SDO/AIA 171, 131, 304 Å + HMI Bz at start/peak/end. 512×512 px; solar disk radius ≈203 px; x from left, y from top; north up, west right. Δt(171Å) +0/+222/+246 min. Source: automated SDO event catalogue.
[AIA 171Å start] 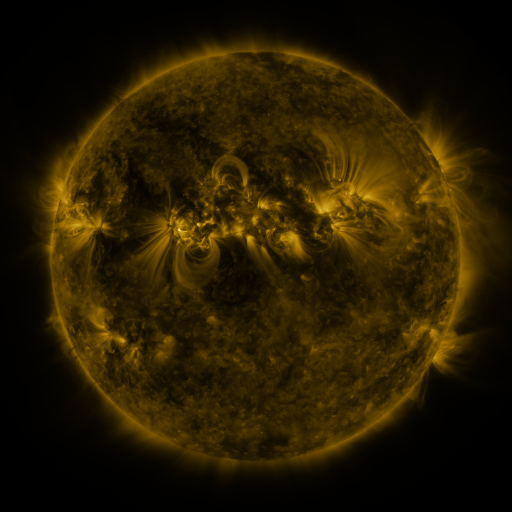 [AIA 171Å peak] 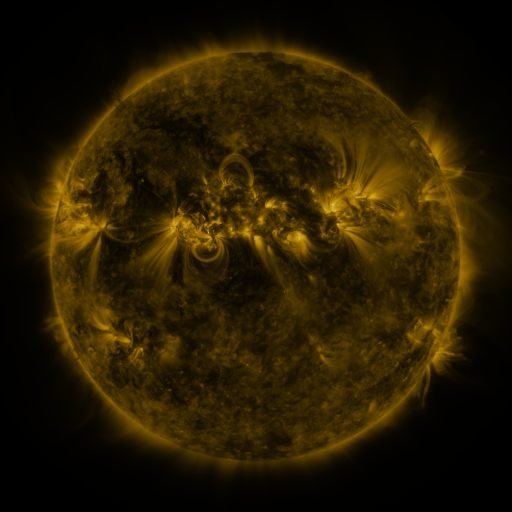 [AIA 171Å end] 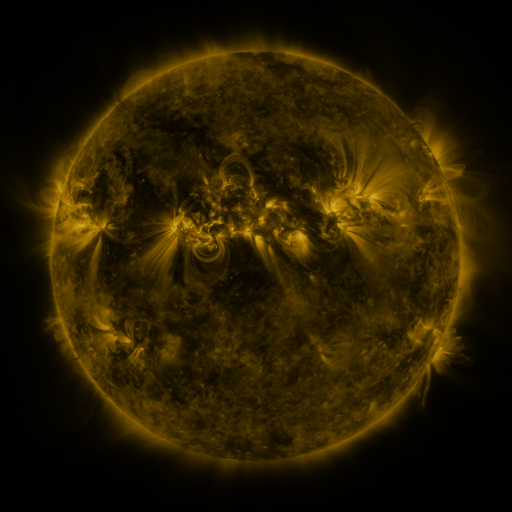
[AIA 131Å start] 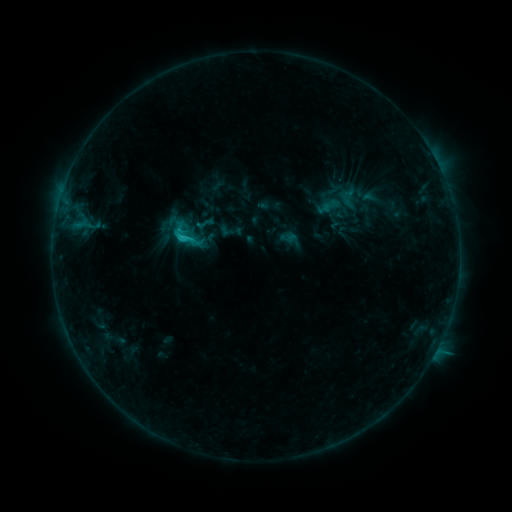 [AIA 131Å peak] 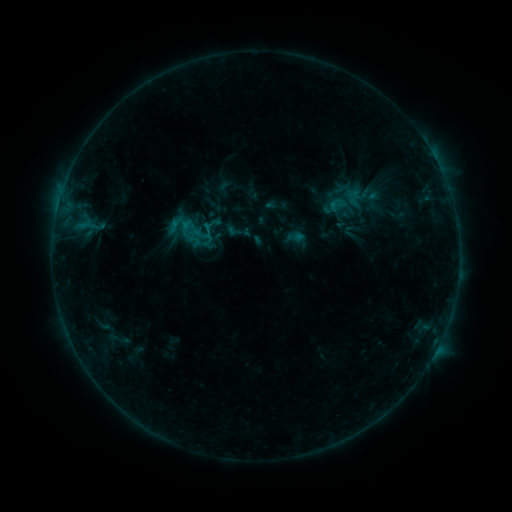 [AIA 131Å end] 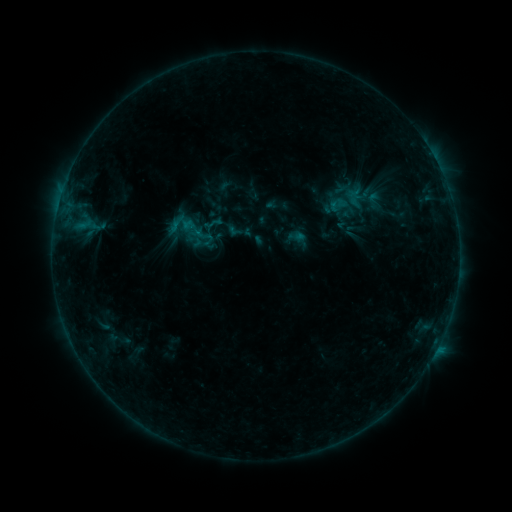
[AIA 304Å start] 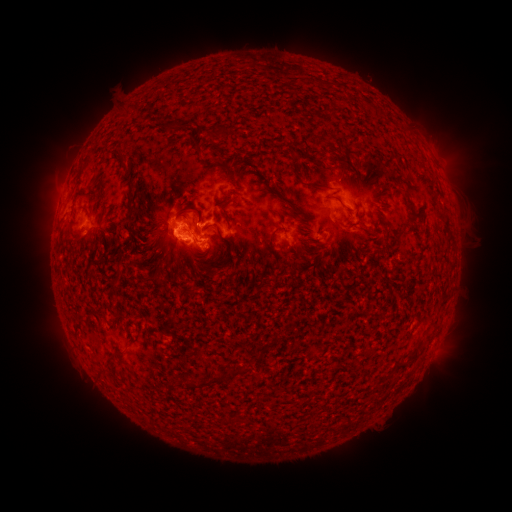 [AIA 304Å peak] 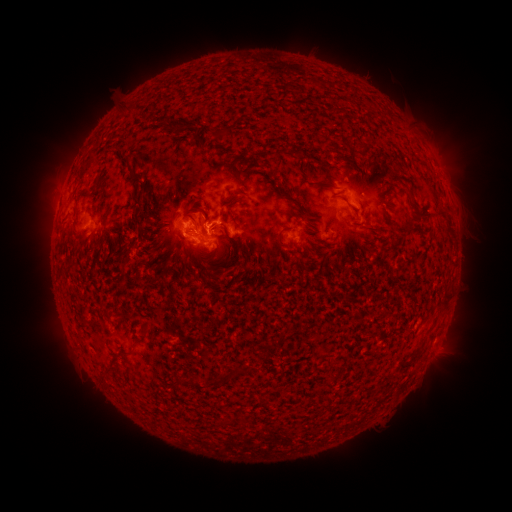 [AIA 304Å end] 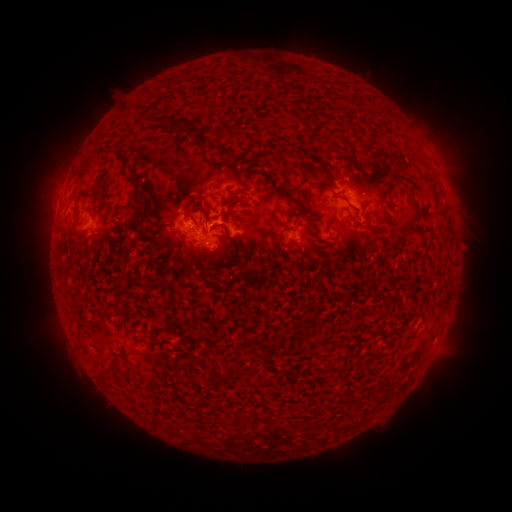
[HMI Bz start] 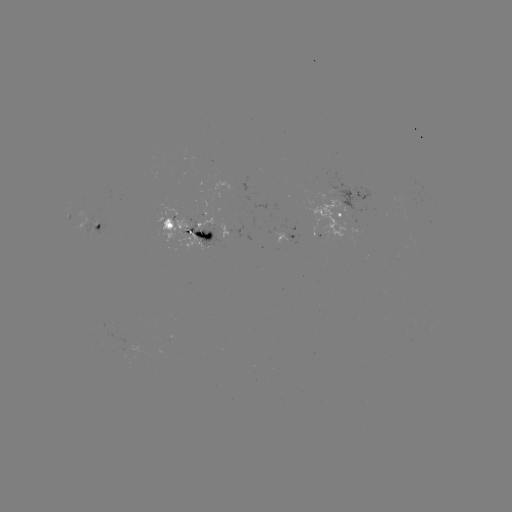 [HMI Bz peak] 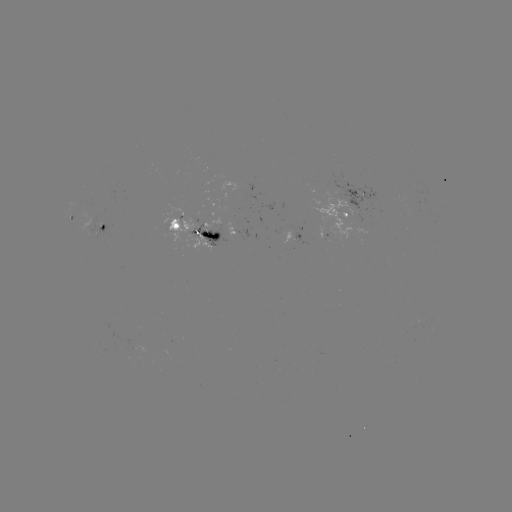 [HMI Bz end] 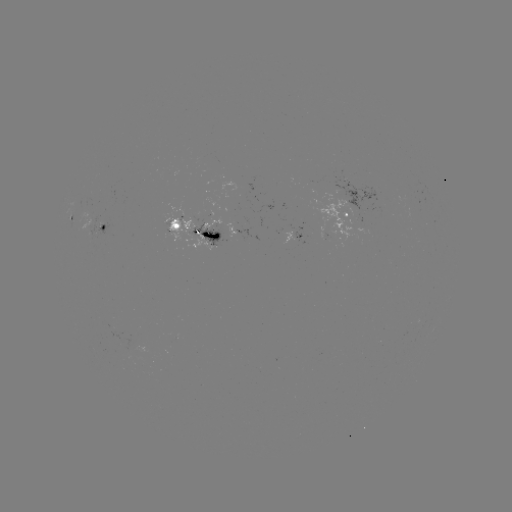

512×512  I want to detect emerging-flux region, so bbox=[81, 213, 91, 241].